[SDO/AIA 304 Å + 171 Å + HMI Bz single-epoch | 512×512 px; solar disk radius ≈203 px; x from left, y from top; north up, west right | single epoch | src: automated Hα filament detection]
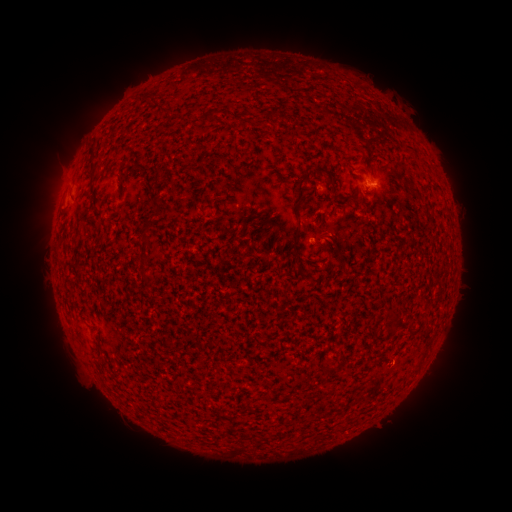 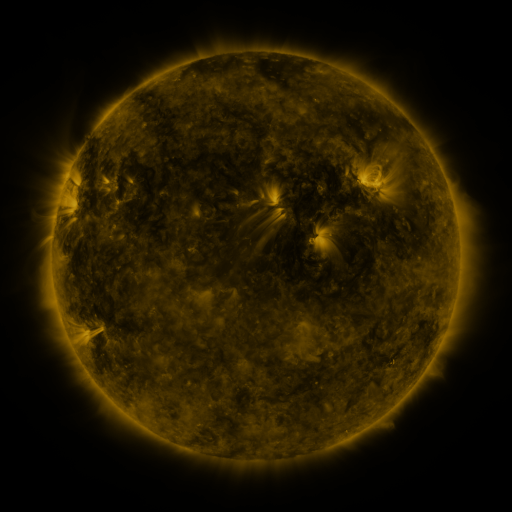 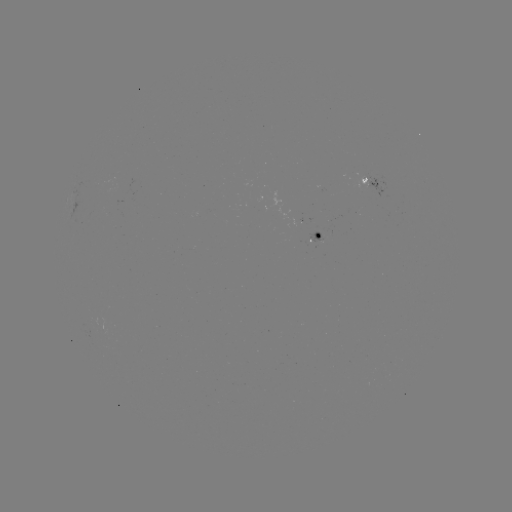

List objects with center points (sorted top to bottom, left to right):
filament: [88, 161, 95, 173]
filament: [317, 165, 325, 175]
filament: [290, 166, 311, 206]
filament: [327, 175, 336, 184]
filament: [409, 183, 418, 192]
filament: [337, 192, 352, 204]
filament: [149, 198, 162, 211]
filament: [291, 231, 300, 266]
filament: [140, 236, 150, 246]
filament: [320, 239, 328, 252]
filament: [388, 319, 398, 329]
filament: [323, 363, 340, 373]
